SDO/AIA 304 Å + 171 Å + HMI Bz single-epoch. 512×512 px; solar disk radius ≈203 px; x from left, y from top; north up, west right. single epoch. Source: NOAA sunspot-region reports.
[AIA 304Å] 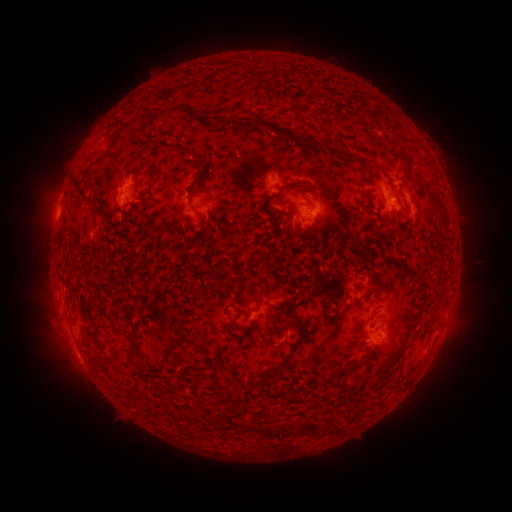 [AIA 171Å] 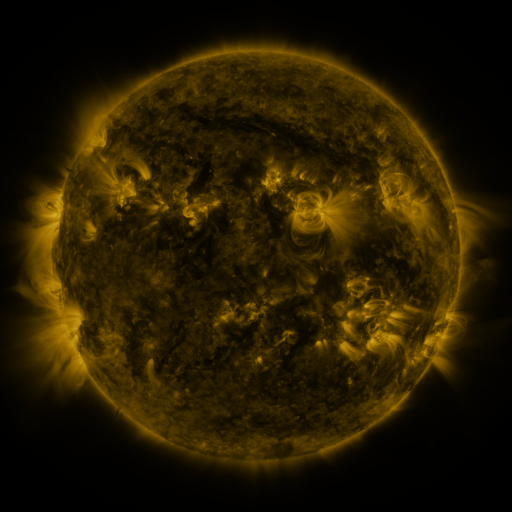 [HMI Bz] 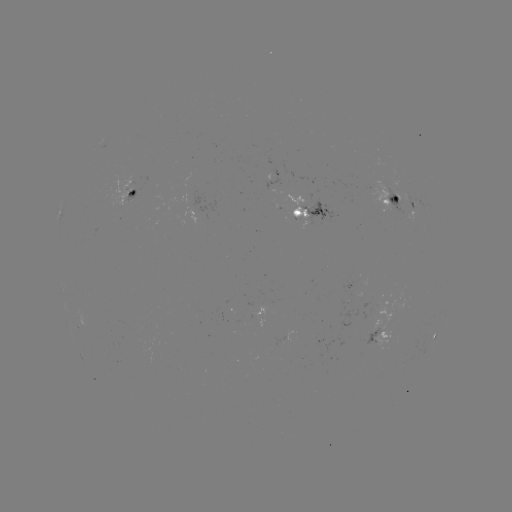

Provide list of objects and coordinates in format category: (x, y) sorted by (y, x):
spotted active region: (272, 183)
spotted active region: (130, 194)
spotted active region: (393, 201)
spotted active region: (413, 202)
spotted active region: (314, 214)
spotted active region: (449, 314)
spotted active region: (381, 337)
spotted active region: (435, 337)
